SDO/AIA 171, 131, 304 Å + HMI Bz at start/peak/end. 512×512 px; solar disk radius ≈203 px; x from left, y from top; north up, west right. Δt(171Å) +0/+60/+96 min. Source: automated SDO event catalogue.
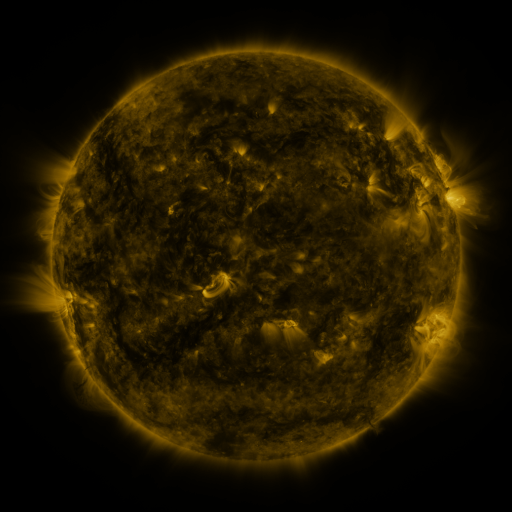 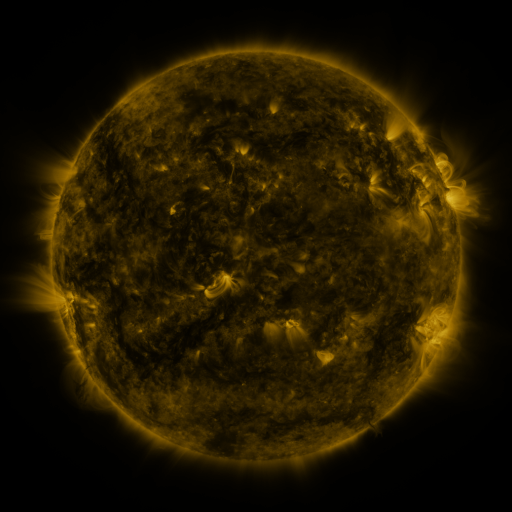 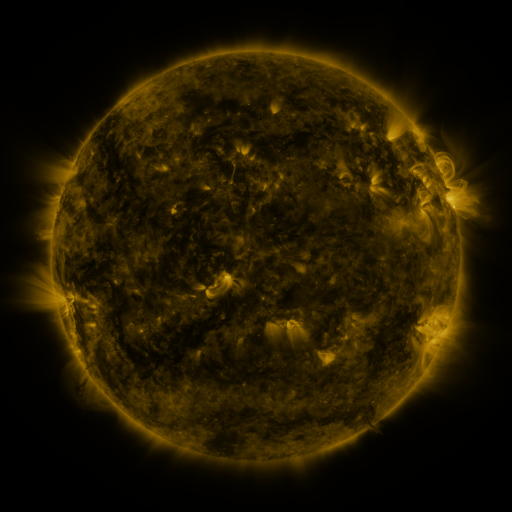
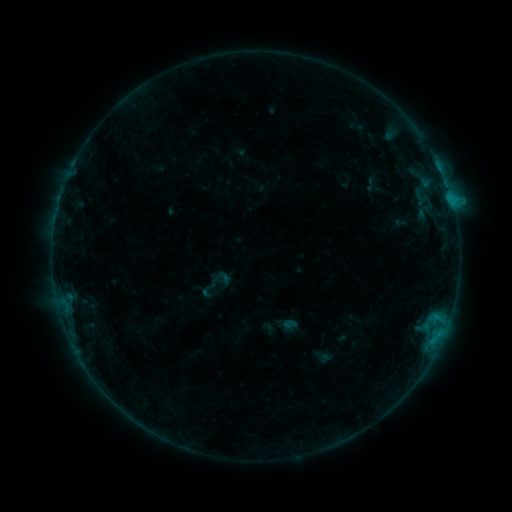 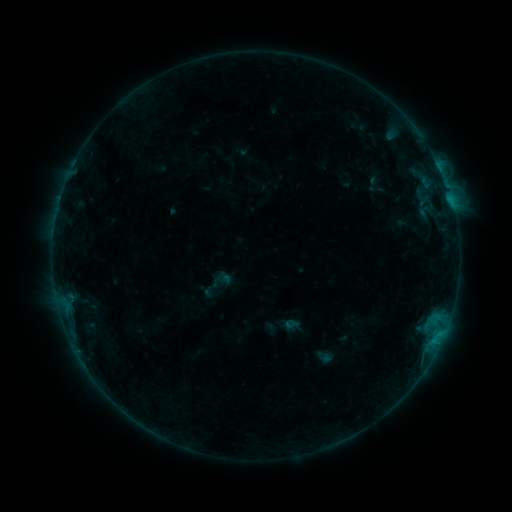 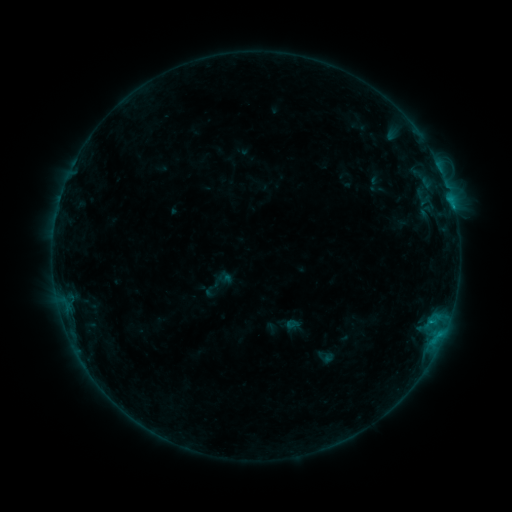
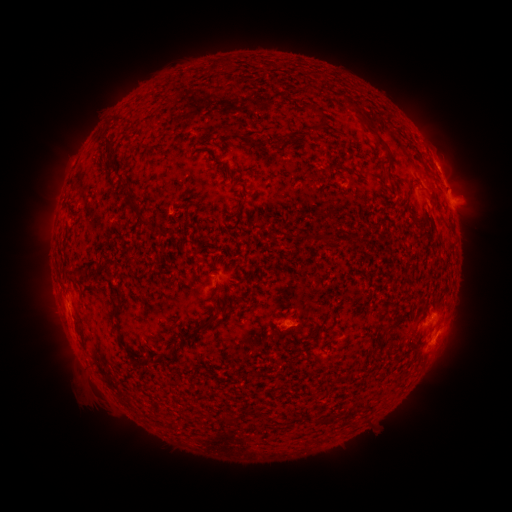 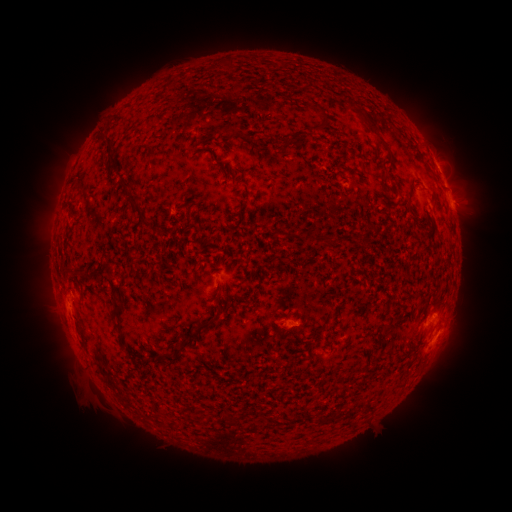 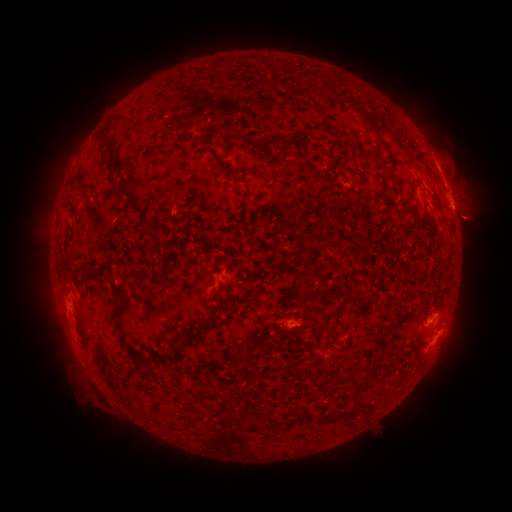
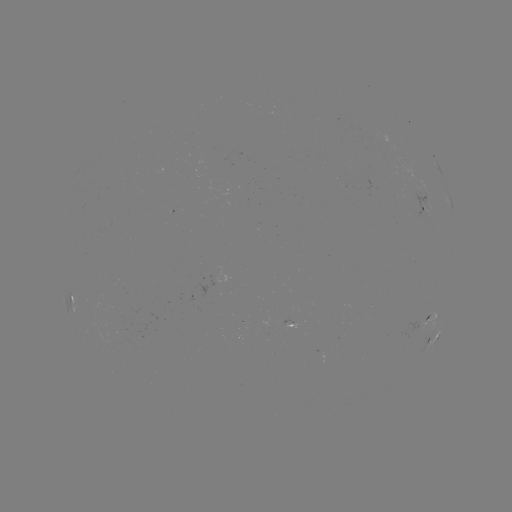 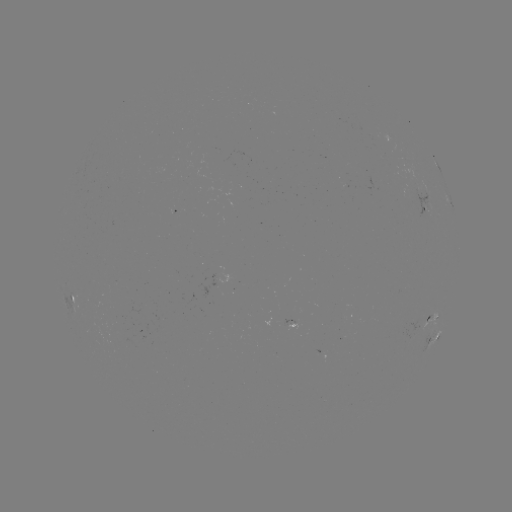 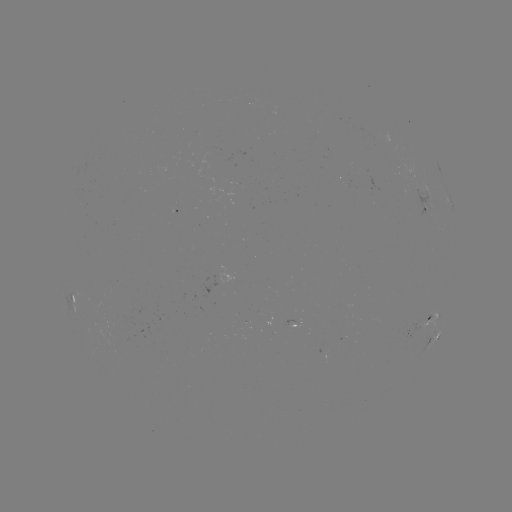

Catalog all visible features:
emerging-flux region: (295, 323)
